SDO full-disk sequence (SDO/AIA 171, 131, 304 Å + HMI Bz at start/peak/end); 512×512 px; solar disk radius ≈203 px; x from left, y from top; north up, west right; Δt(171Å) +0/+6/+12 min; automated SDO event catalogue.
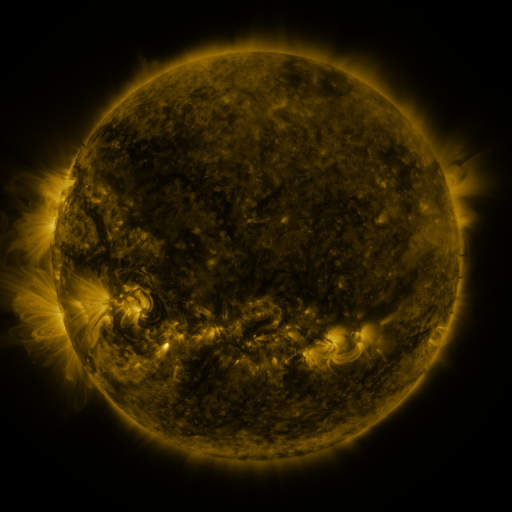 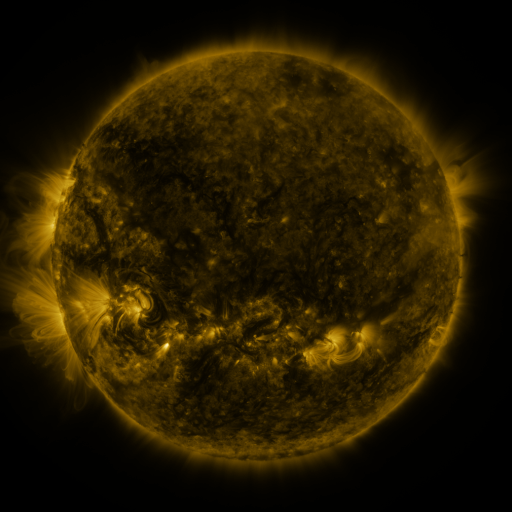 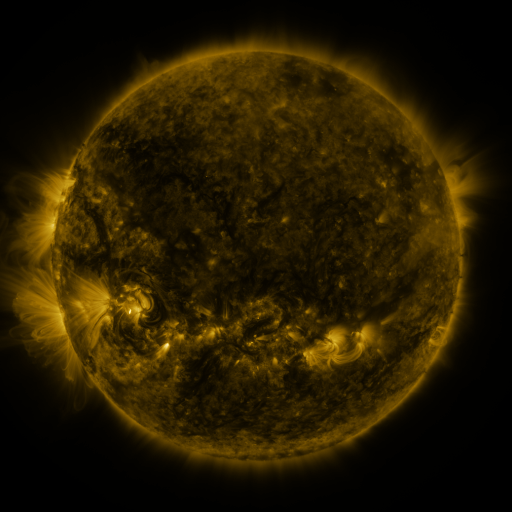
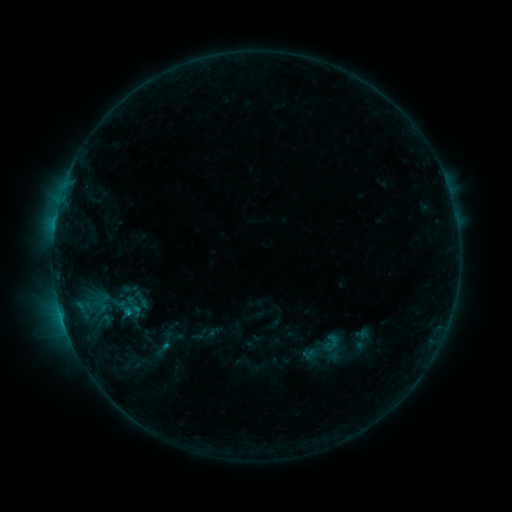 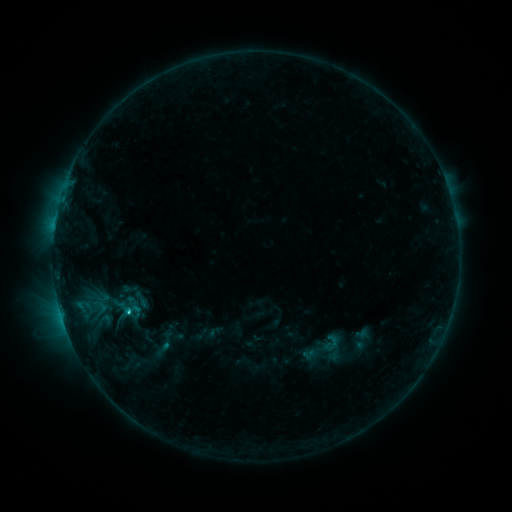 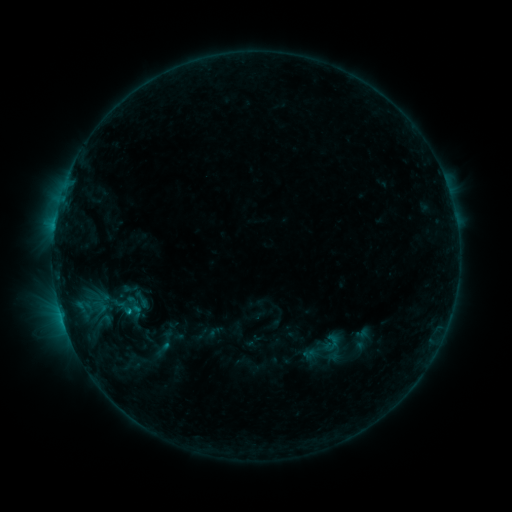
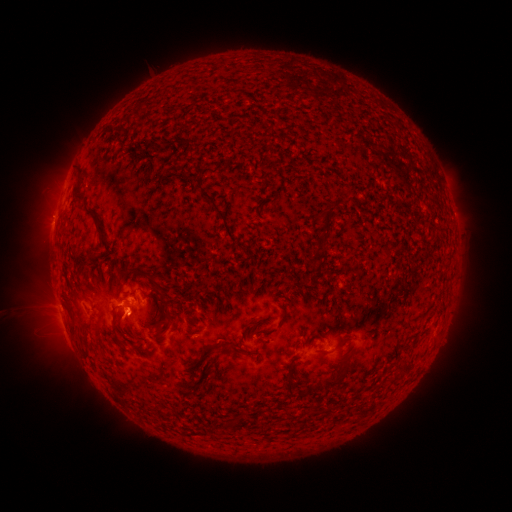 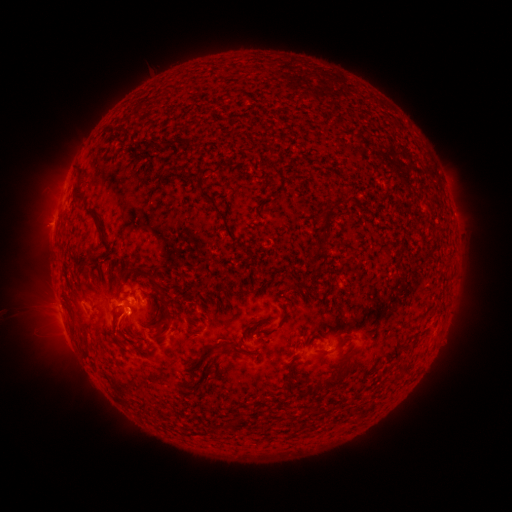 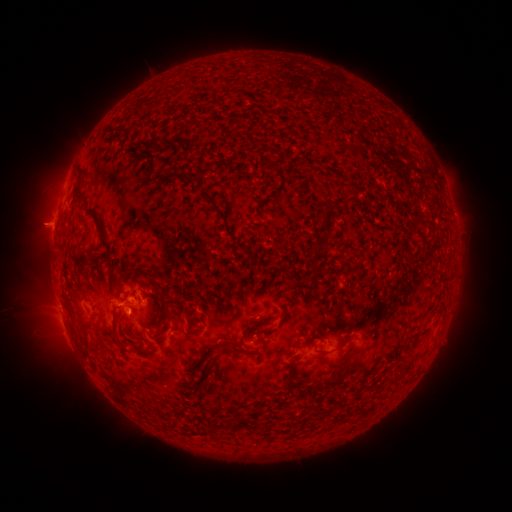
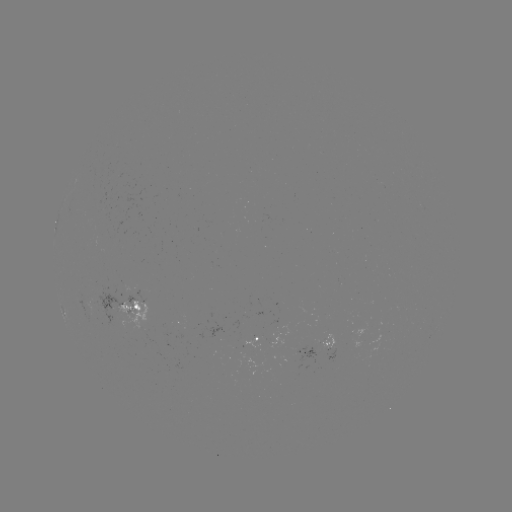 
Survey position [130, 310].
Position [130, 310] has C1.1 flare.